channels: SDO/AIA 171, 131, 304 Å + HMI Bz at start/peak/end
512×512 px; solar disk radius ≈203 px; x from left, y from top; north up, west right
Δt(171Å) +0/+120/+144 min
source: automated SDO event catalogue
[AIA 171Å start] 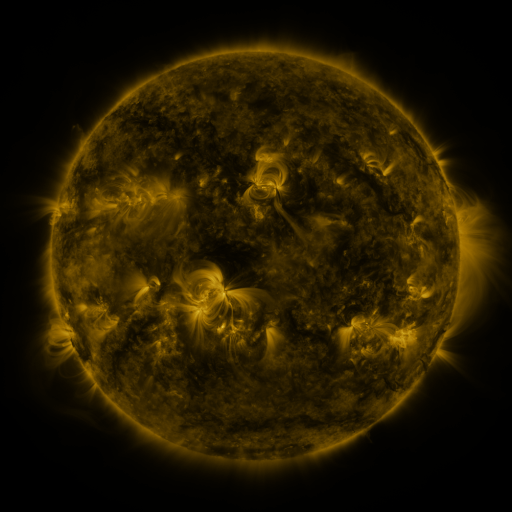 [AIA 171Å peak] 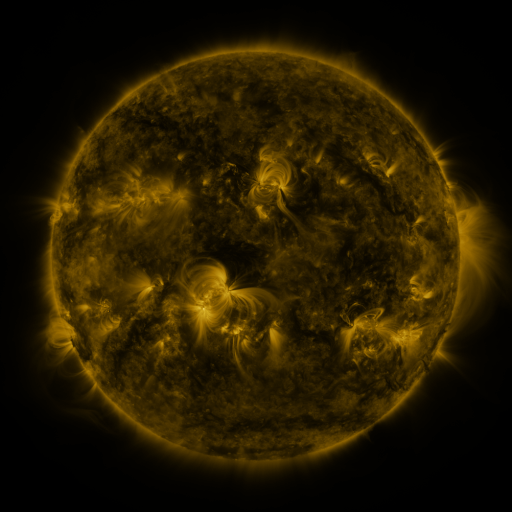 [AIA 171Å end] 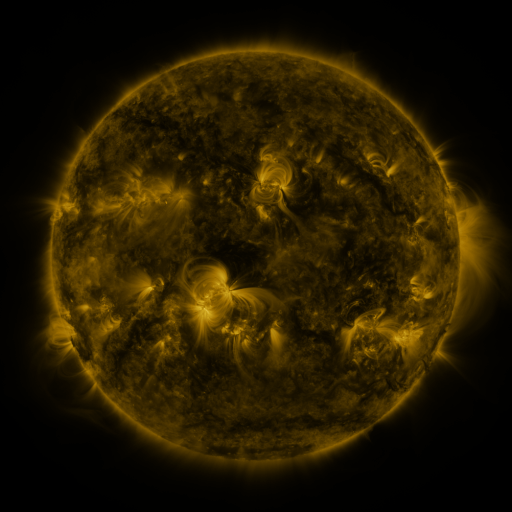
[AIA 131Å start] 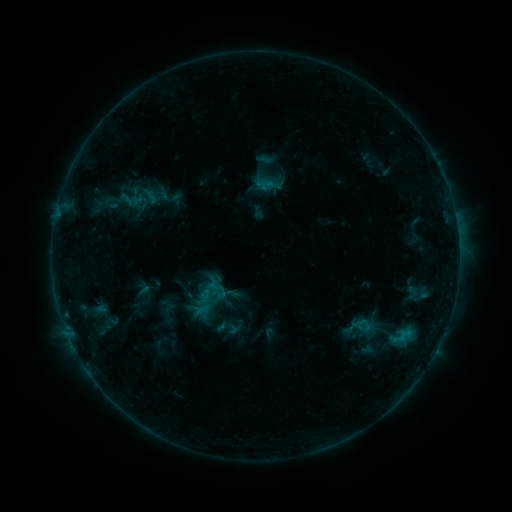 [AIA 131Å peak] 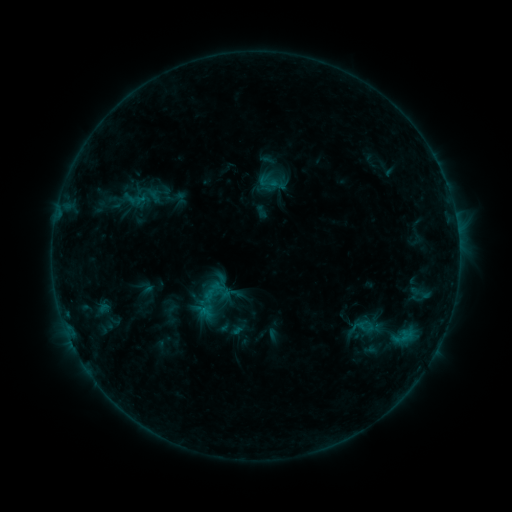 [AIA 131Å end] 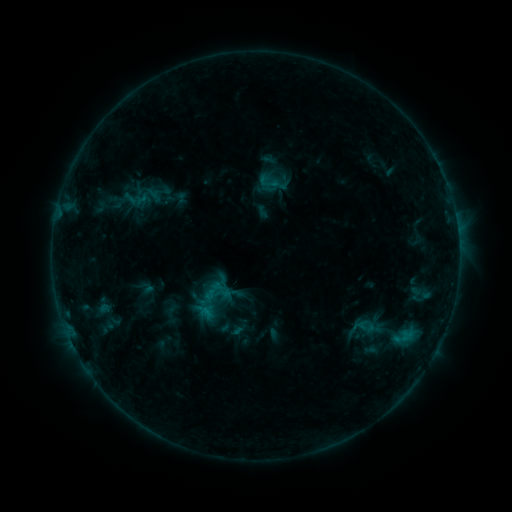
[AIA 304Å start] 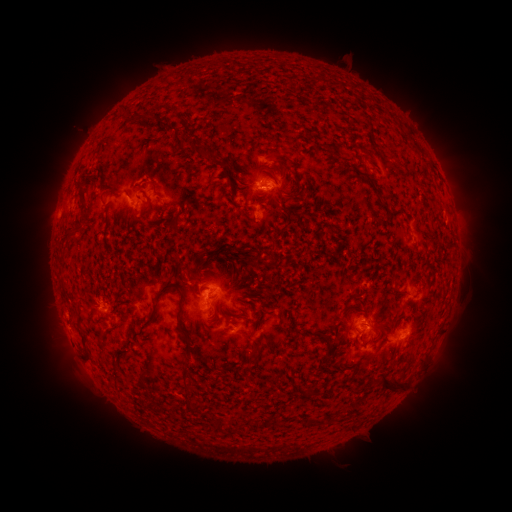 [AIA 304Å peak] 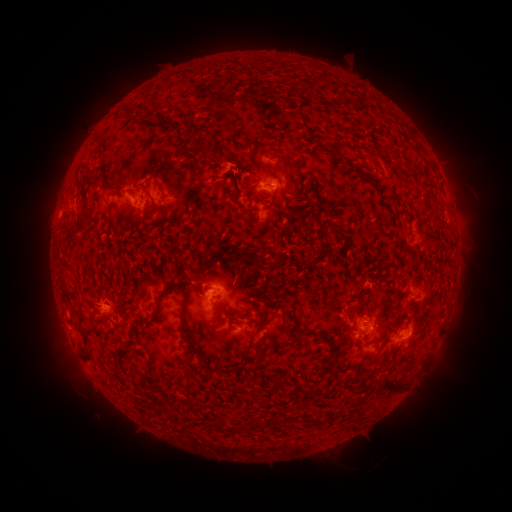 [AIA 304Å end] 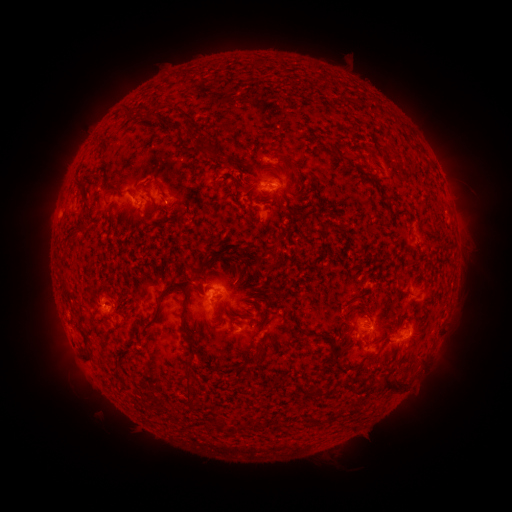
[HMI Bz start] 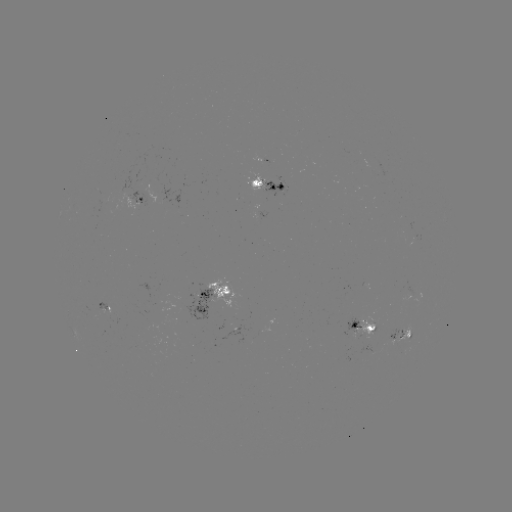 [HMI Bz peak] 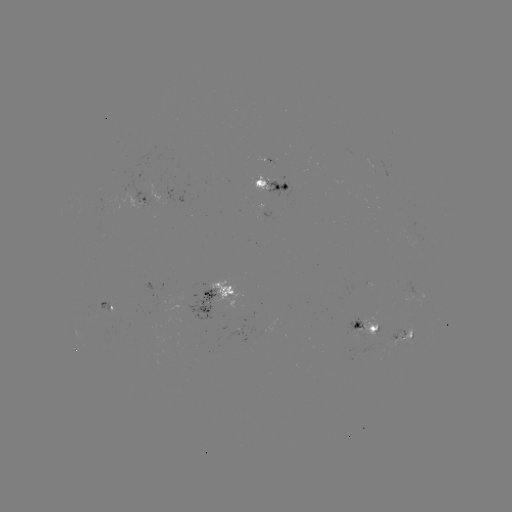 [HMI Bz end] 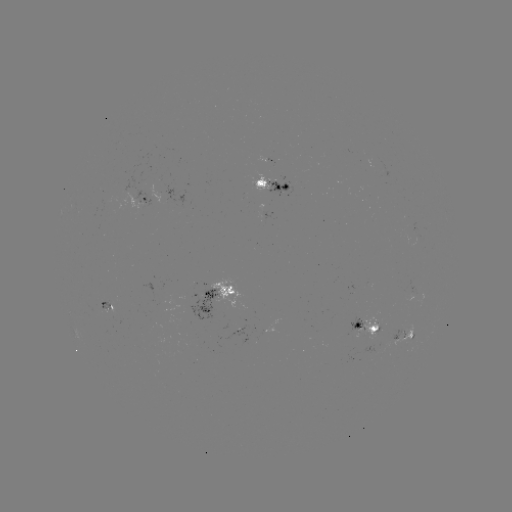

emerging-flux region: <bbox>357, 316, 379, 341</bbox>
